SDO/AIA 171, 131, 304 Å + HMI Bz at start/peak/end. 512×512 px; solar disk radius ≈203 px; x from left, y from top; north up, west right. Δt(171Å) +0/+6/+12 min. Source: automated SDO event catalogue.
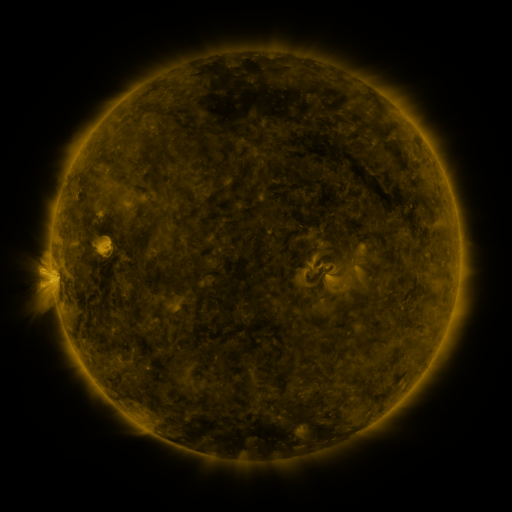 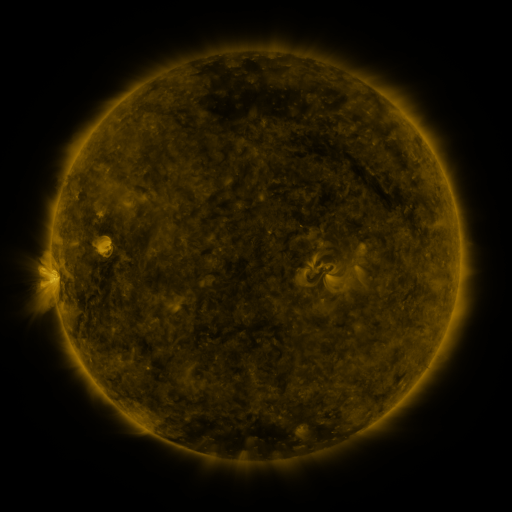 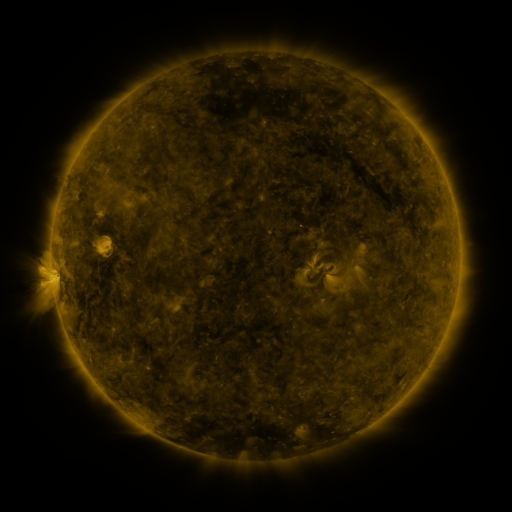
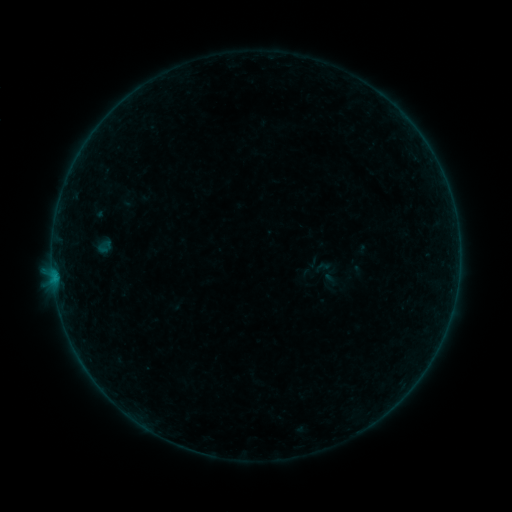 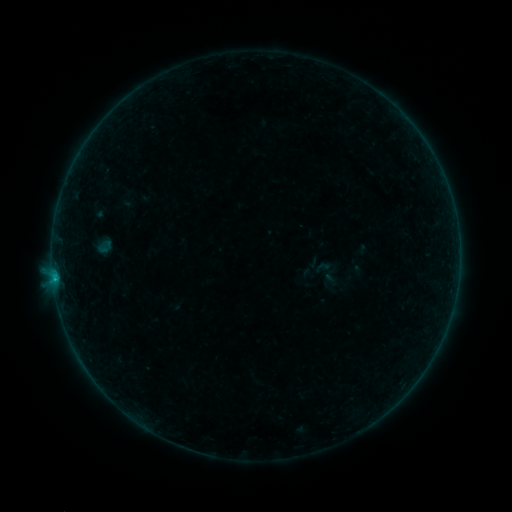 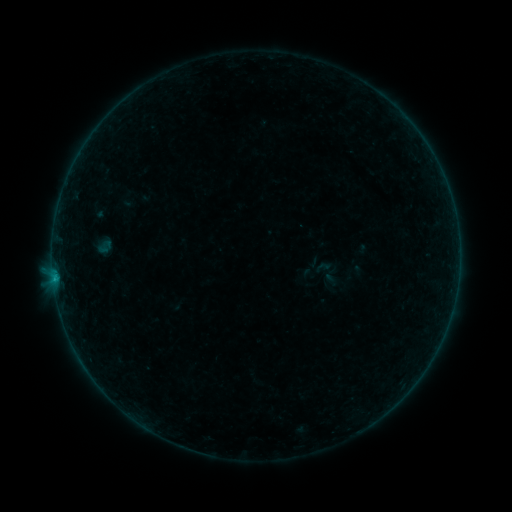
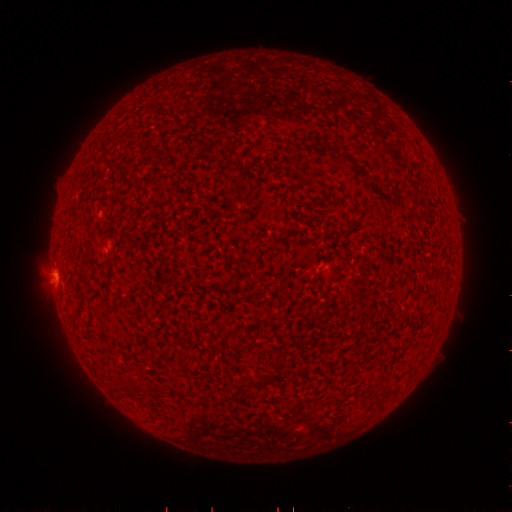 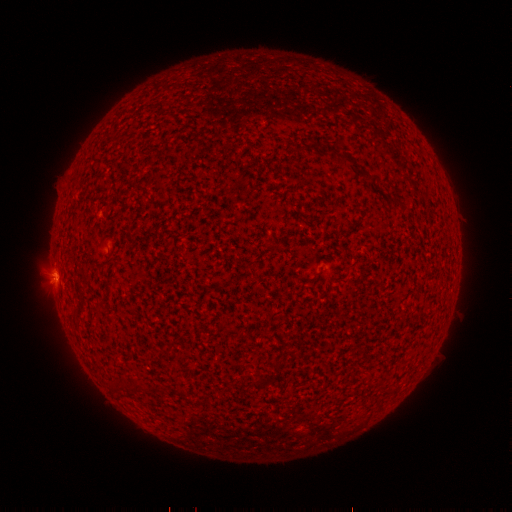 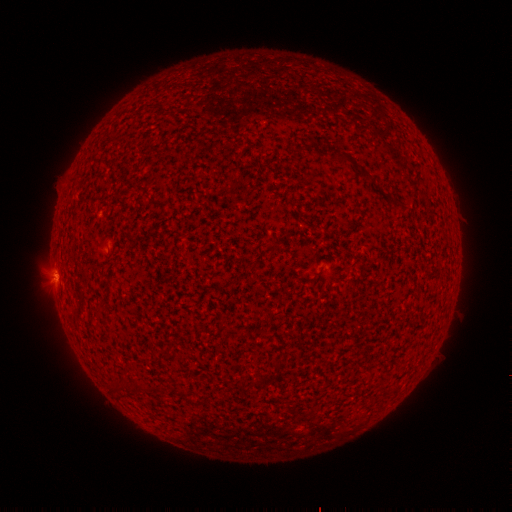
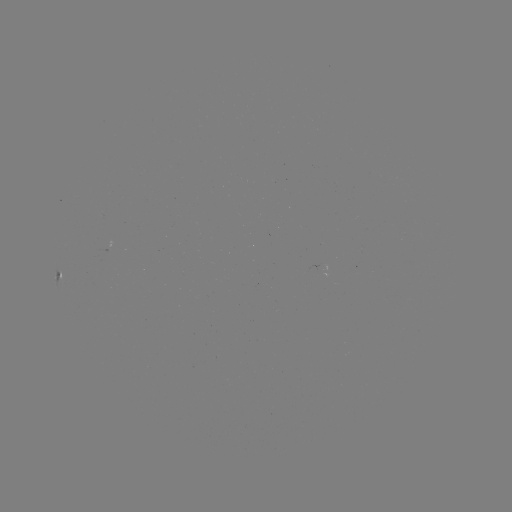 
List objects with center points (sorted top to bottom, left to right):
B3.1 flare: (54, 274)
